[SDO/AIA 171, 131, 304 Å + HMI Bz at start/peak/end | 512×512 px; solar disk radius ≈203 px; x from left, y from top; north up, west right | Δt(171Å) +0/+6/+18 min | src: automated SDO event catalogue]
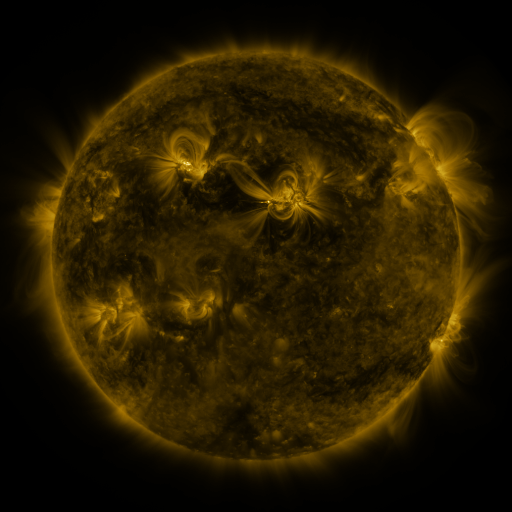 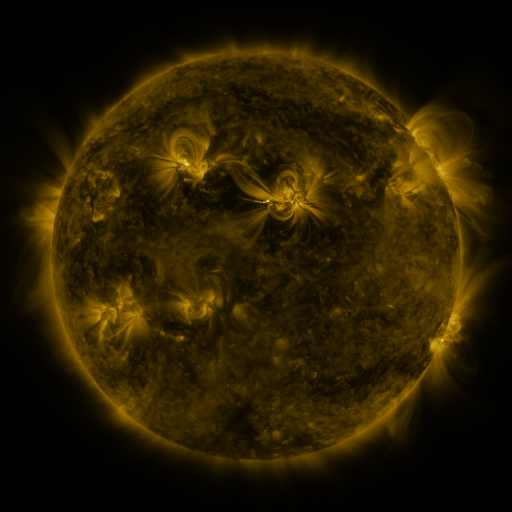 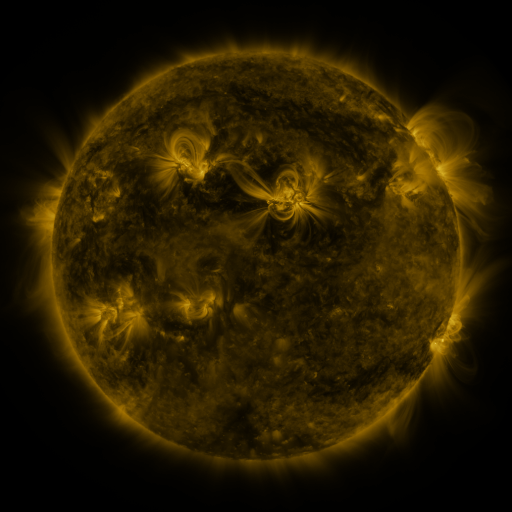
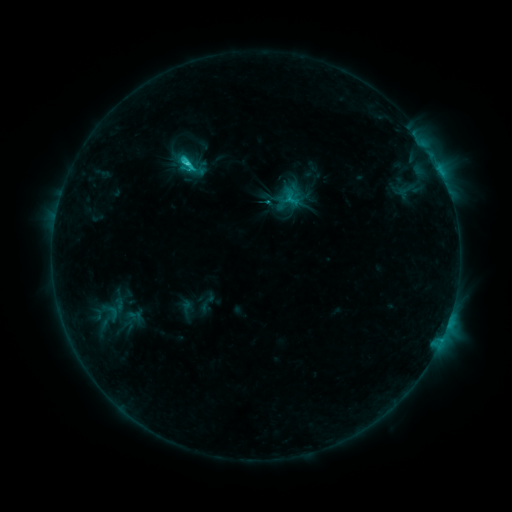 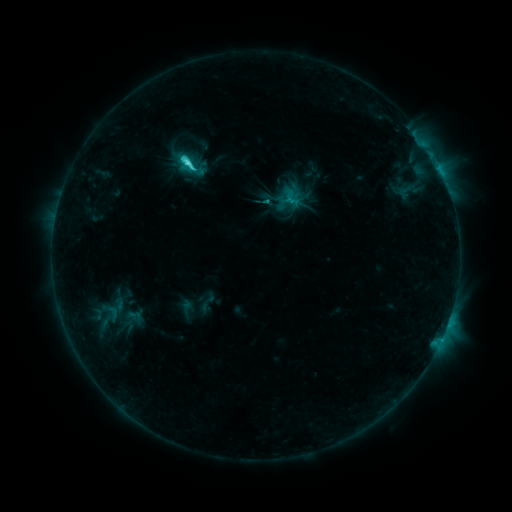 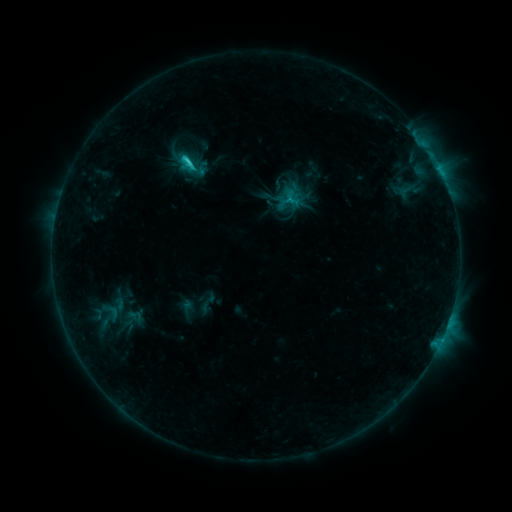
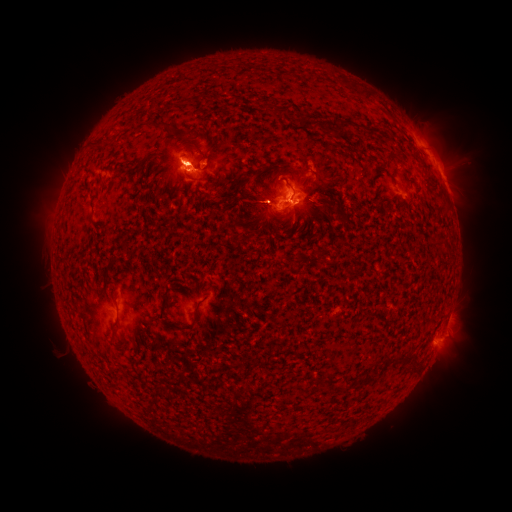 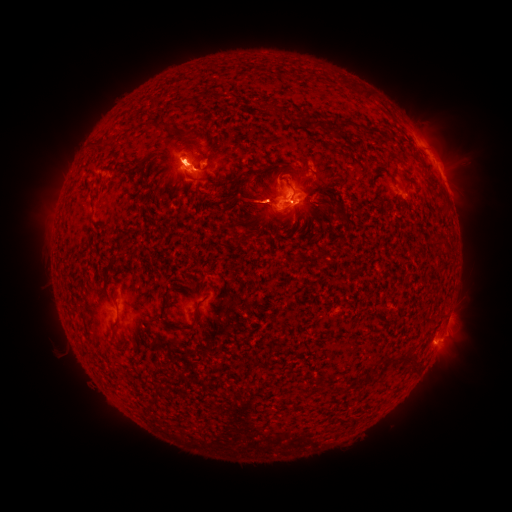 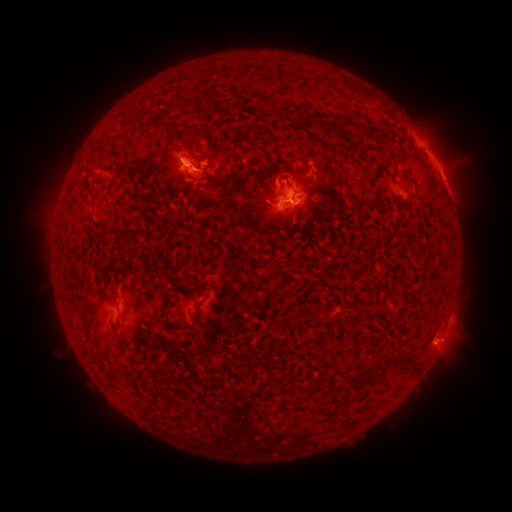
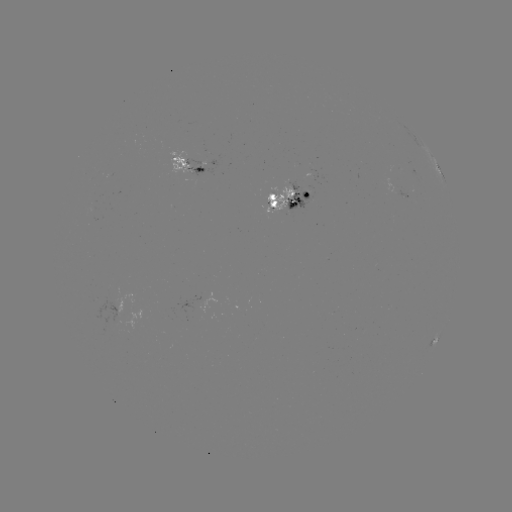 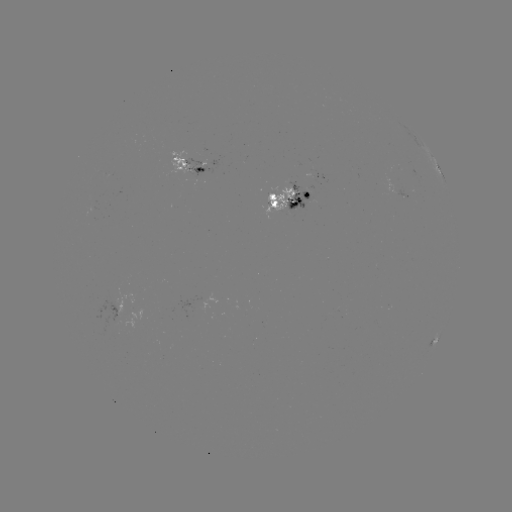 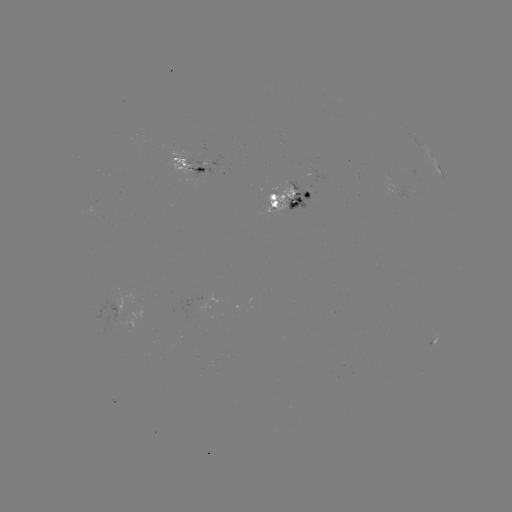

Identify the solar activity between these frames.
C5.0 flare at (187, 164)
